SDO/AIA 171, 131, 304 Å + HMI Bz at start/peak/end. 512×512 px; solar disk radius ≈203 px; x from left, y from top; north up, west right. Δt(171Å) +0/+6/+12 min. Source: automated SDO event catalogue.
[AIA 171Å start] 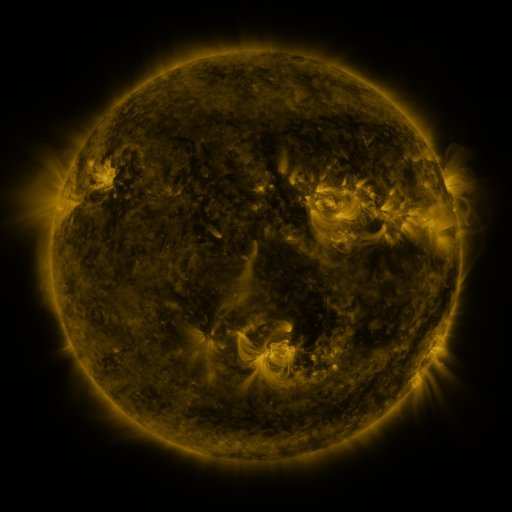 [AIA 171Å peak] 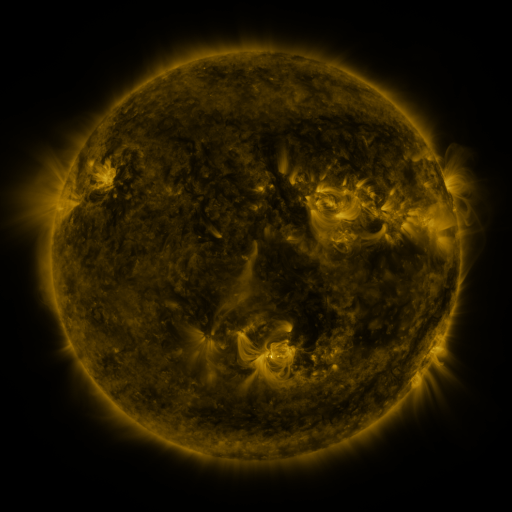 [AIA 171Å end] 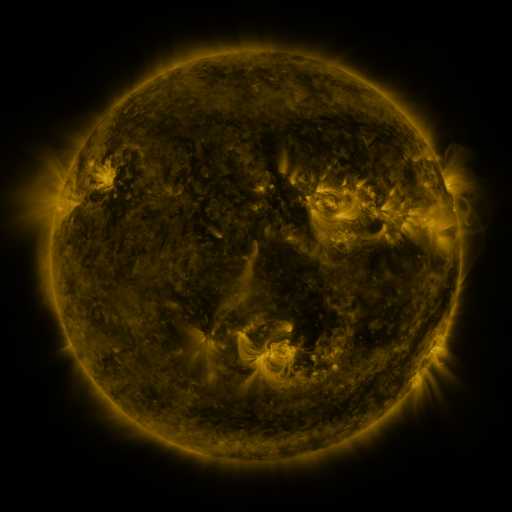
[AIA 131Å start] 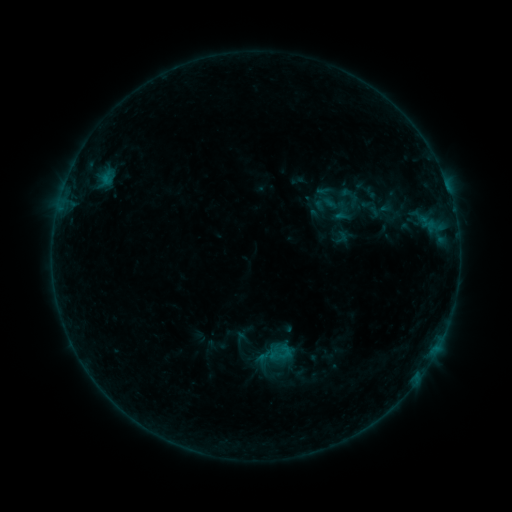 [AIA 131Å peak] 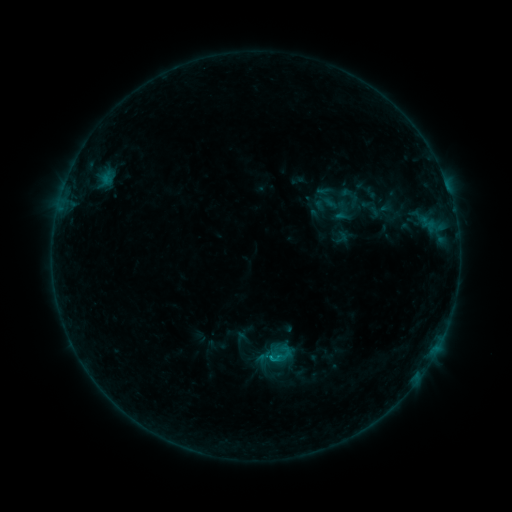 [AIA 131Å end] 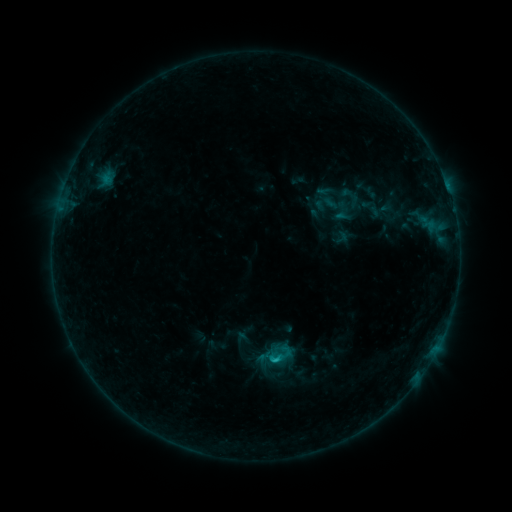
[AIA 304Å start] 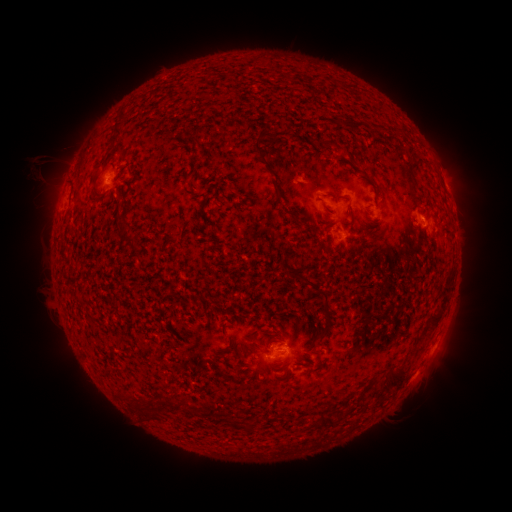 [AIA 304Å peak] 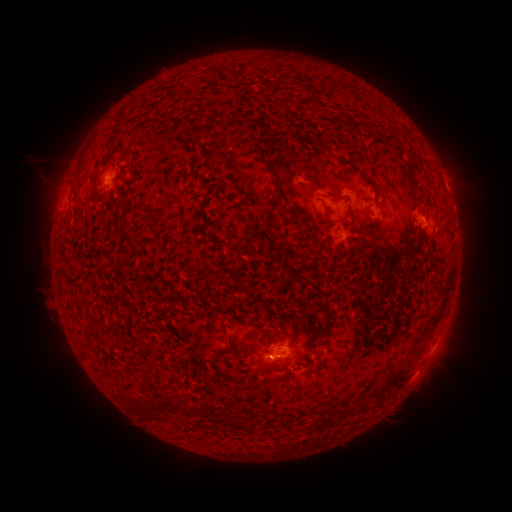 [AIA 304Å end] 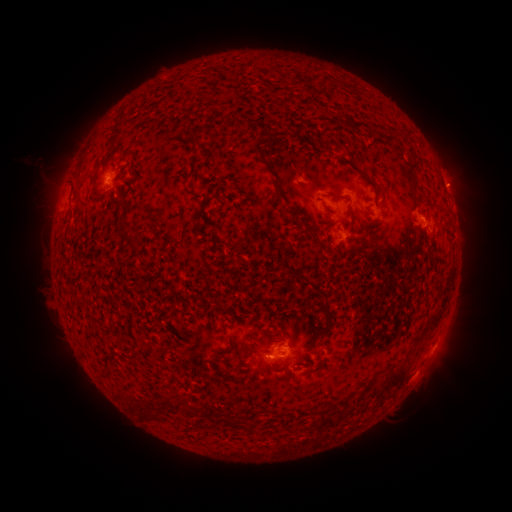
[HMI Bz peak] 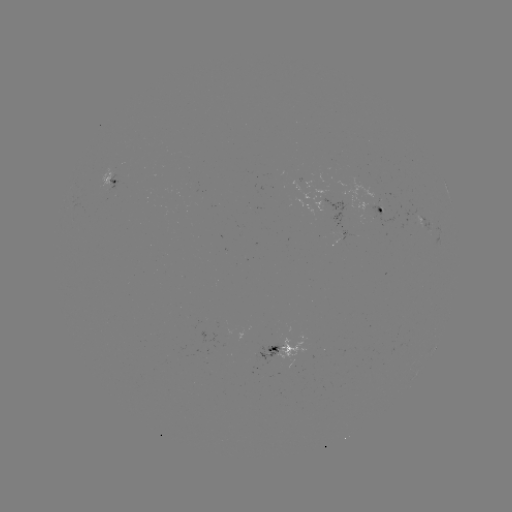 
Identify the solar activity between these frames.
B7.2 flare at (271, 360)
